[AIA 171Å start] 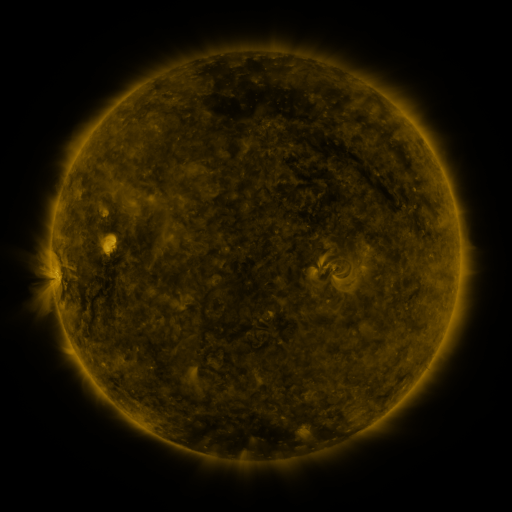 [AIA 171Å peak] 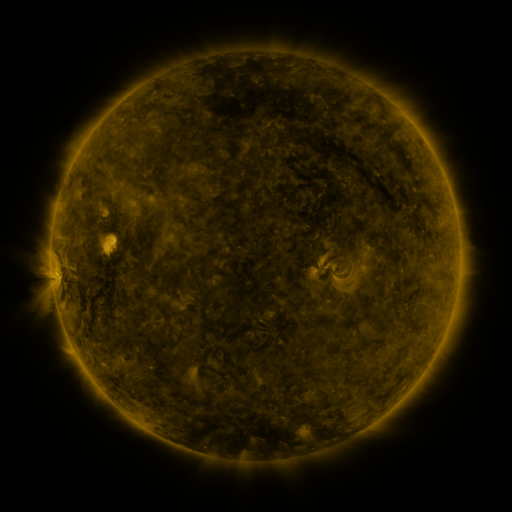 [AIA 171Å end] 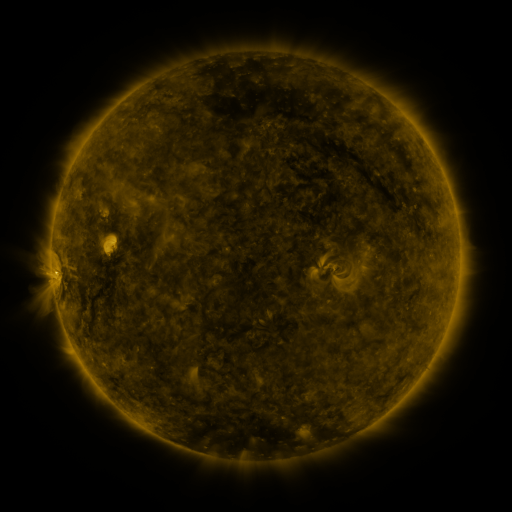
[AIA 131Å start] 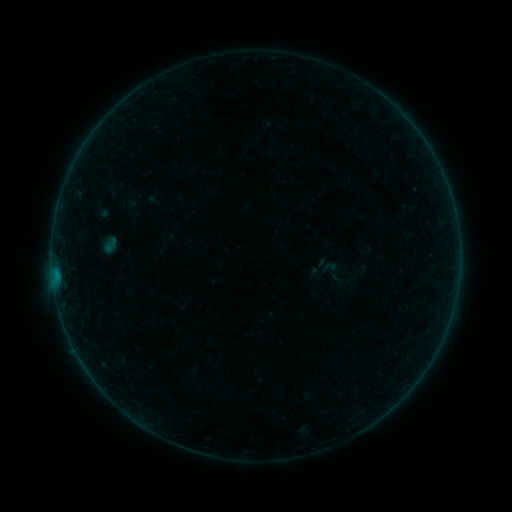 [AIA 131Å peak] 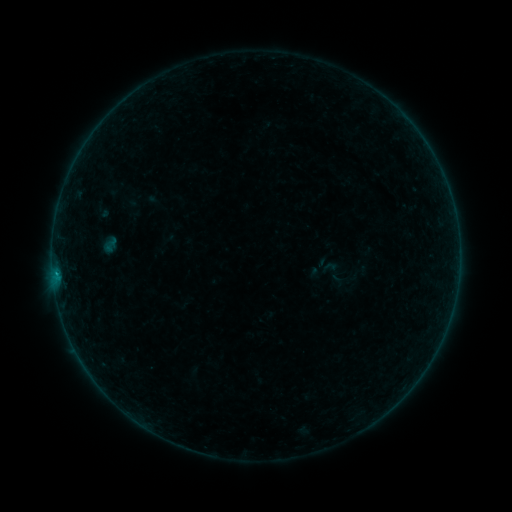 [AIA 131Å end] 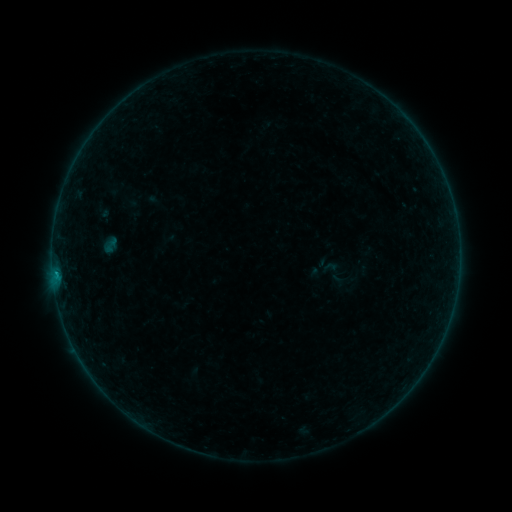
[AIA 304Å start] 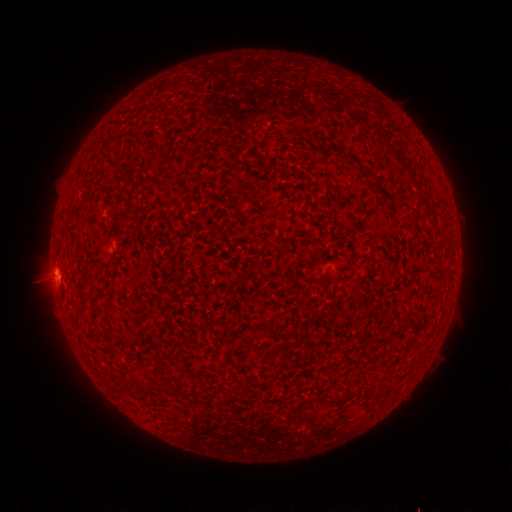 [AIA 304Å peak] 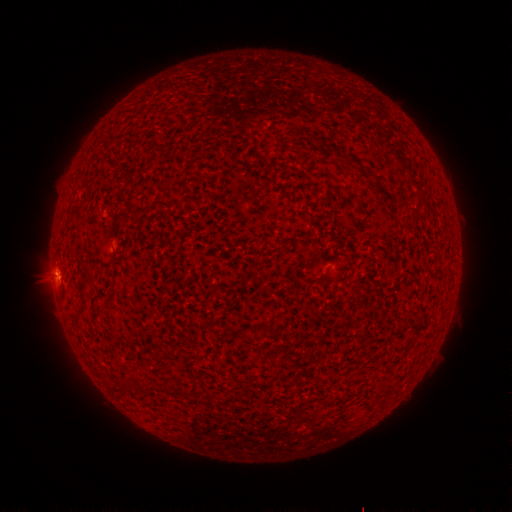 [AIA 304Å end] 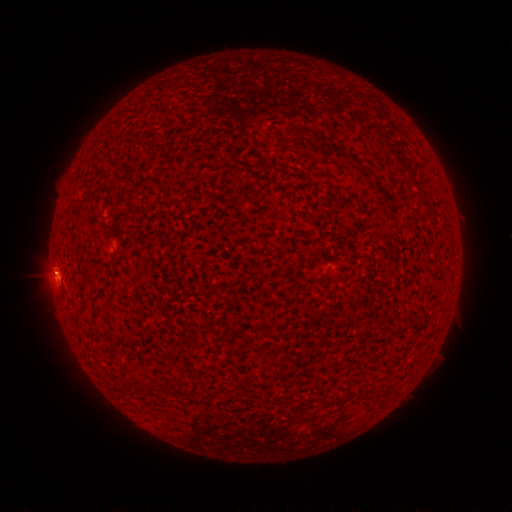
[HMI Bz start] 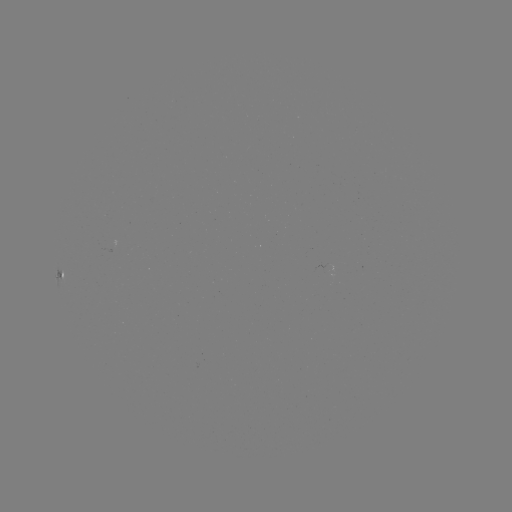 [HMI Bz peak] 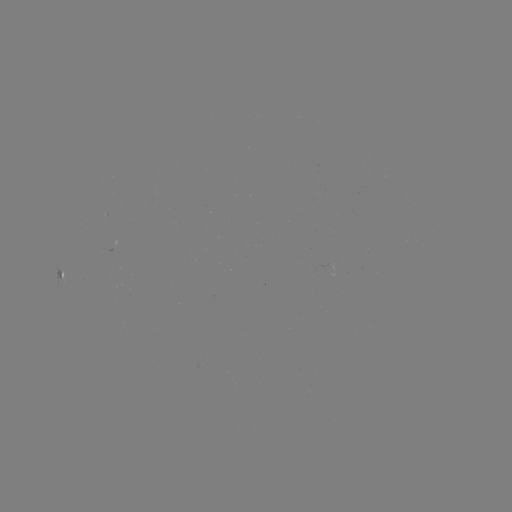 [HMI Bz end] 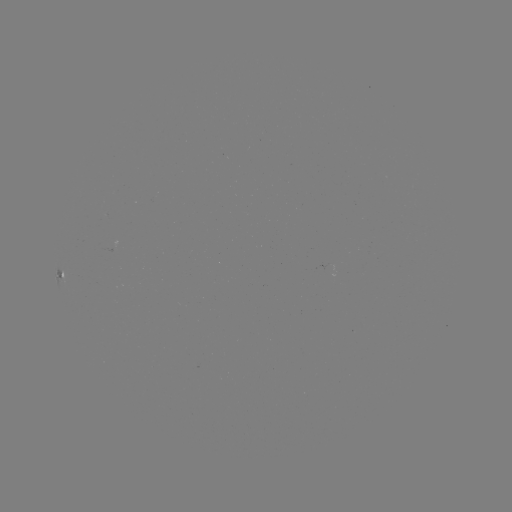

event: flare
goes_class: B3.3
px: (56, 273)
